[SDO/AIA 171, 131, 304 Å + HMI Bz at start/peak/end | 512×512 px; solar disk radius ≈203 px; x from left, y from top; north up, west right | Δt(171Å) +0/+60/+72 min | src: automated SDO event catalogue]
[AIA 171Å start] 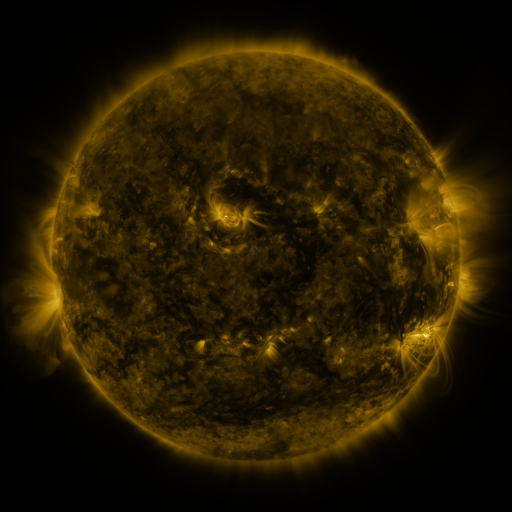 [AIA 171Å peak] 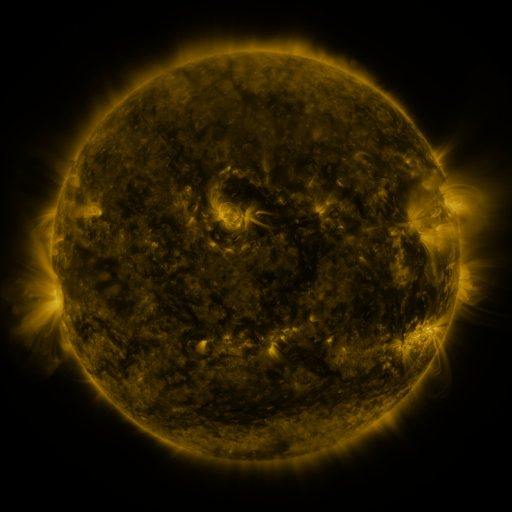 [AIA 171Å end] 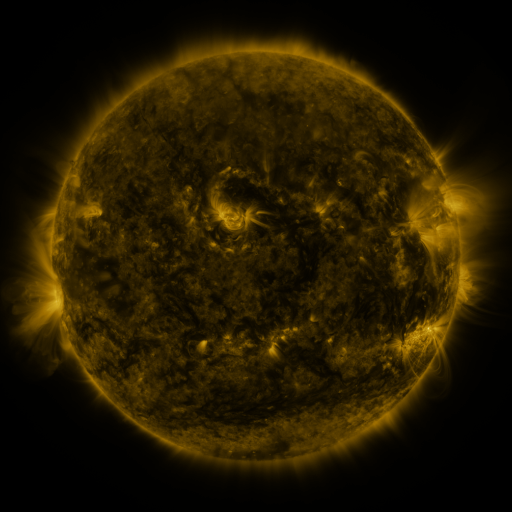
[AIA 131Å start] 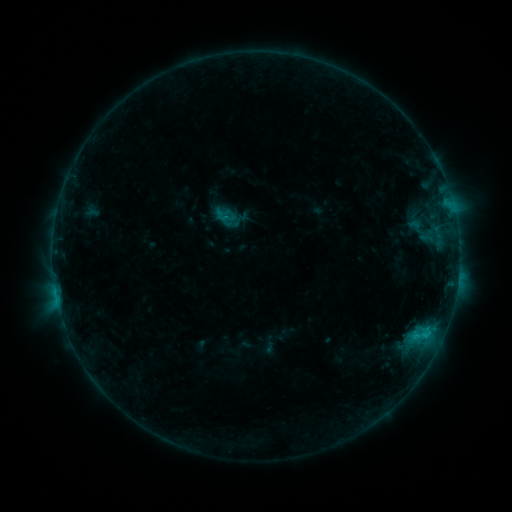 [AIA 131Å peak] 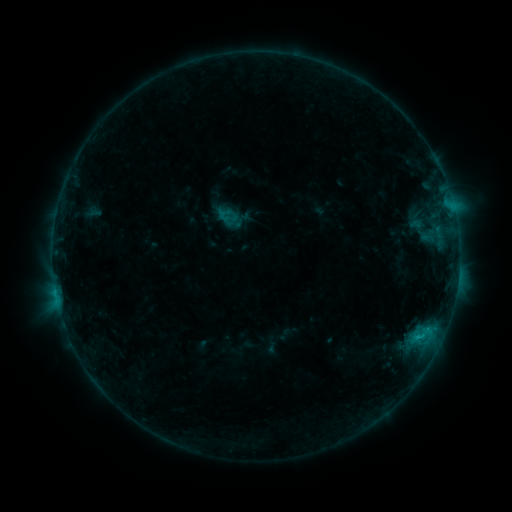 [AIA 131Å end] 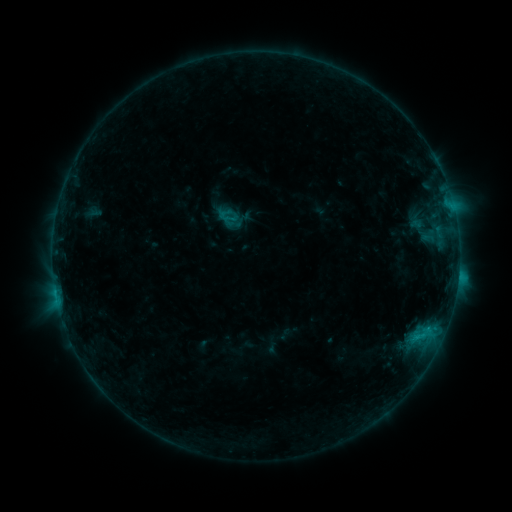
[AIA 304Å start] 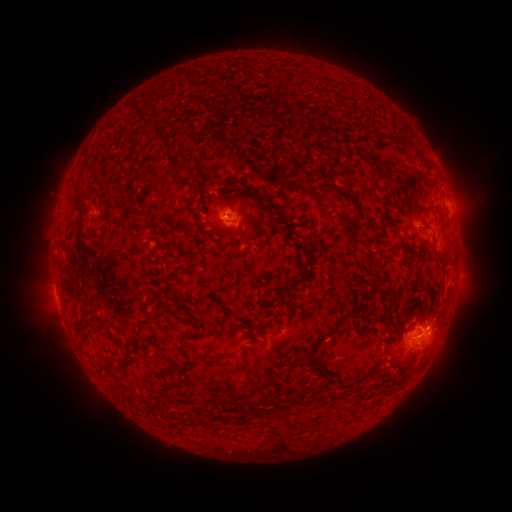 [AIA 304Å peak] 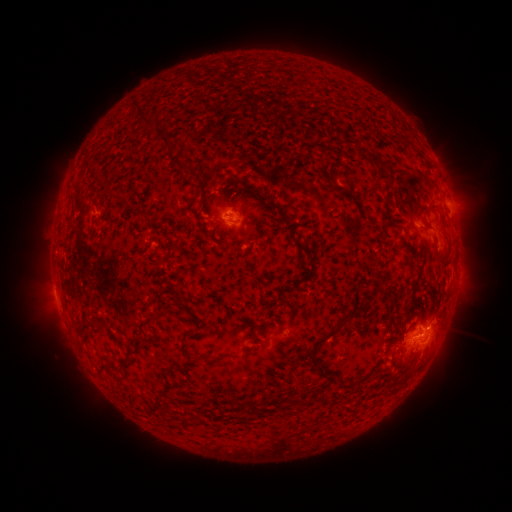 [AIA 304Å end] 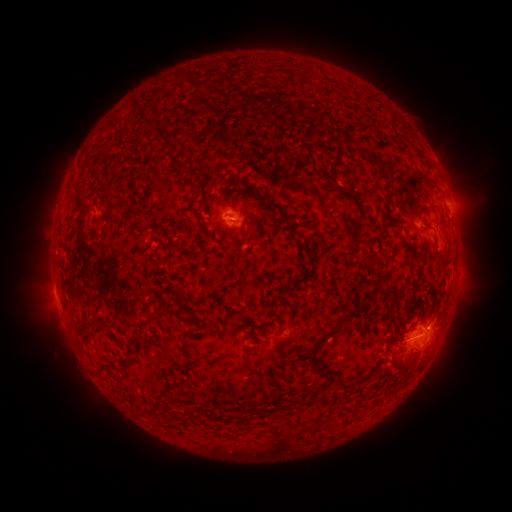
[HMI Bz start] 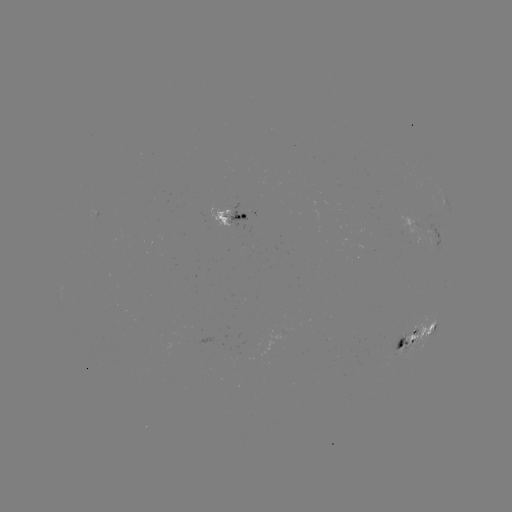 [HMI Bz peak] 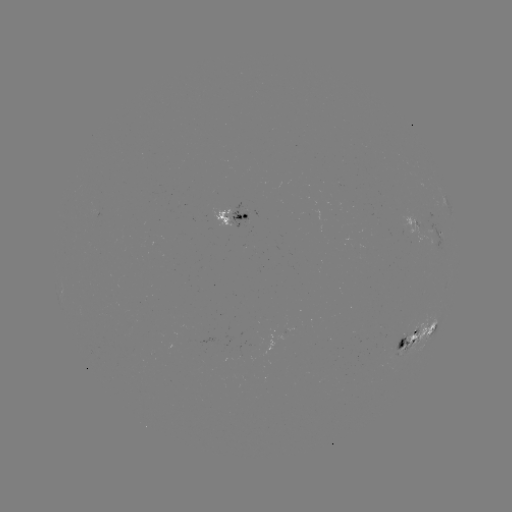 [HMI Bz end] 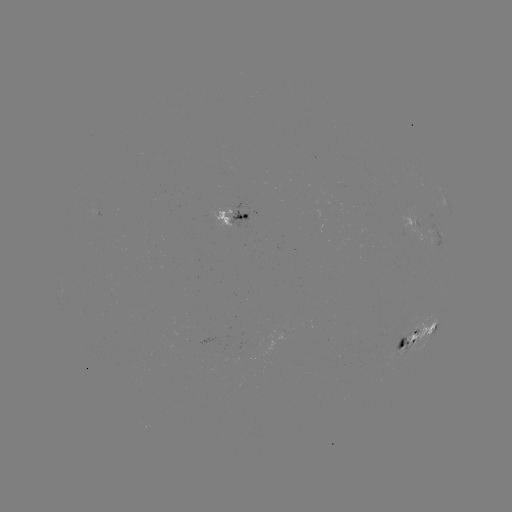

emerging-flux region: [400, 213, 437, 244]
